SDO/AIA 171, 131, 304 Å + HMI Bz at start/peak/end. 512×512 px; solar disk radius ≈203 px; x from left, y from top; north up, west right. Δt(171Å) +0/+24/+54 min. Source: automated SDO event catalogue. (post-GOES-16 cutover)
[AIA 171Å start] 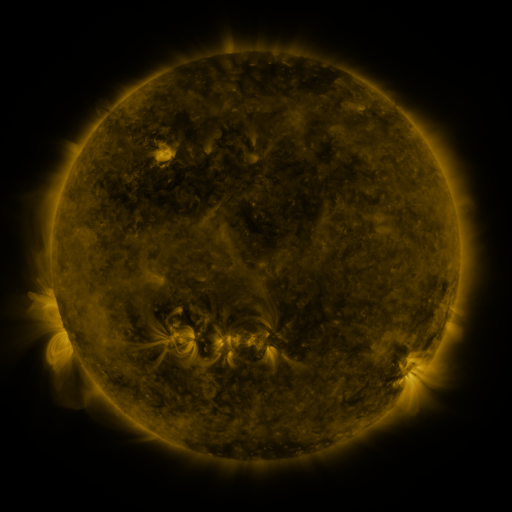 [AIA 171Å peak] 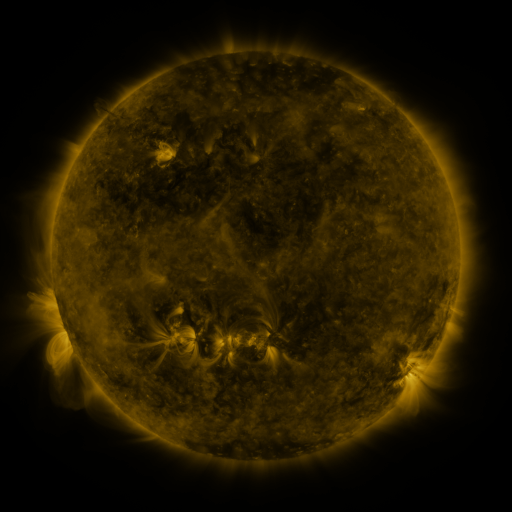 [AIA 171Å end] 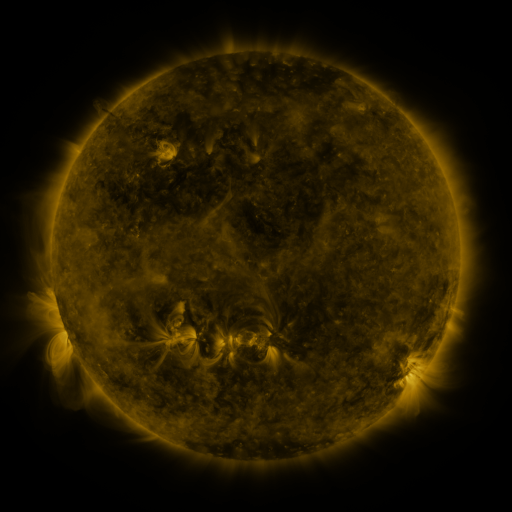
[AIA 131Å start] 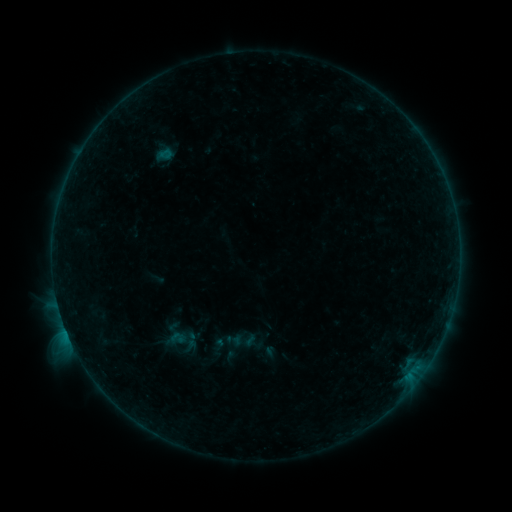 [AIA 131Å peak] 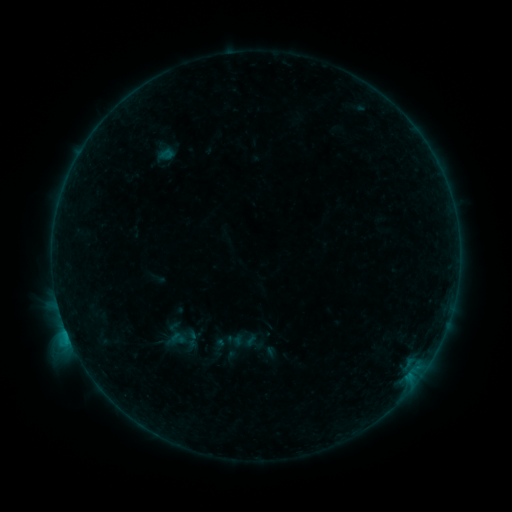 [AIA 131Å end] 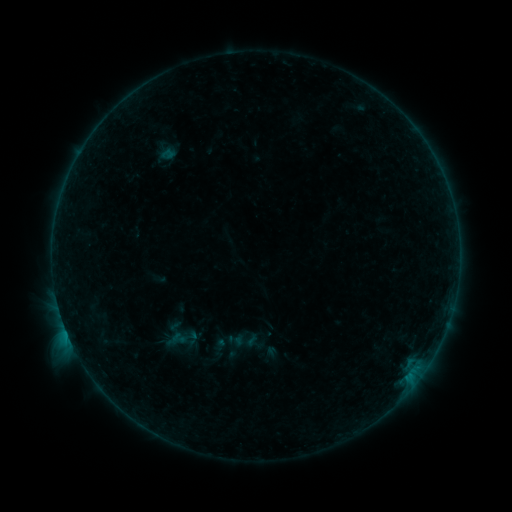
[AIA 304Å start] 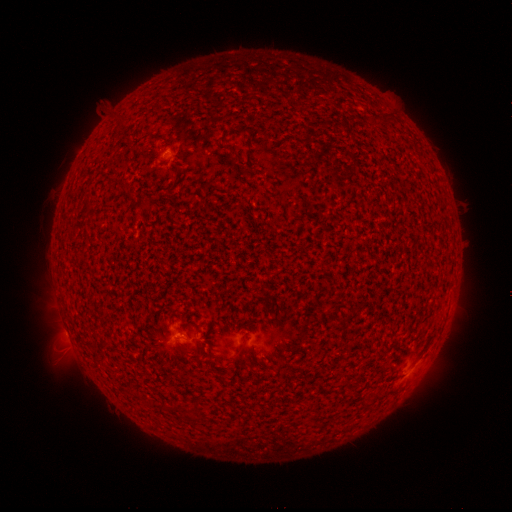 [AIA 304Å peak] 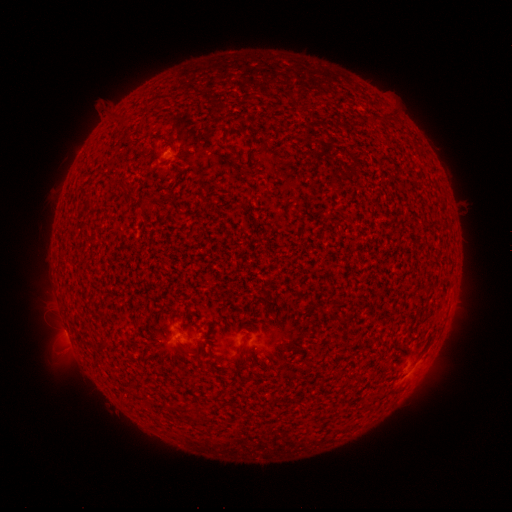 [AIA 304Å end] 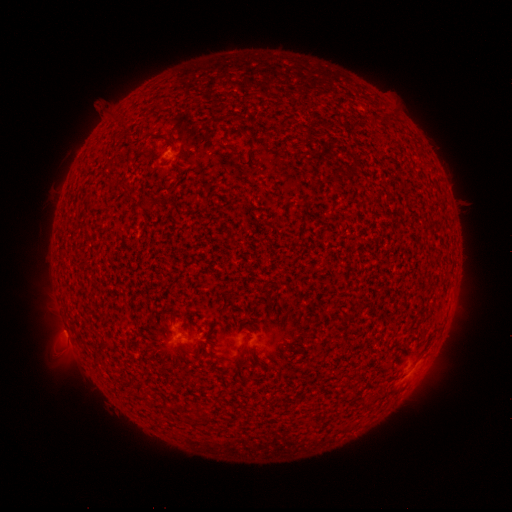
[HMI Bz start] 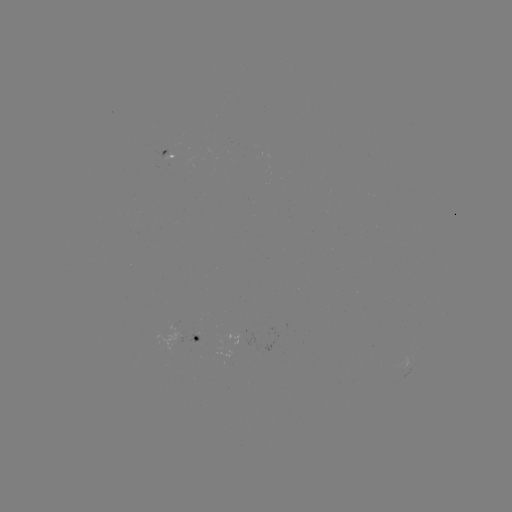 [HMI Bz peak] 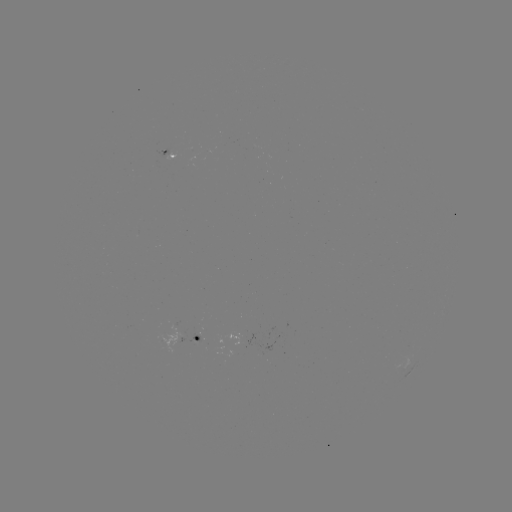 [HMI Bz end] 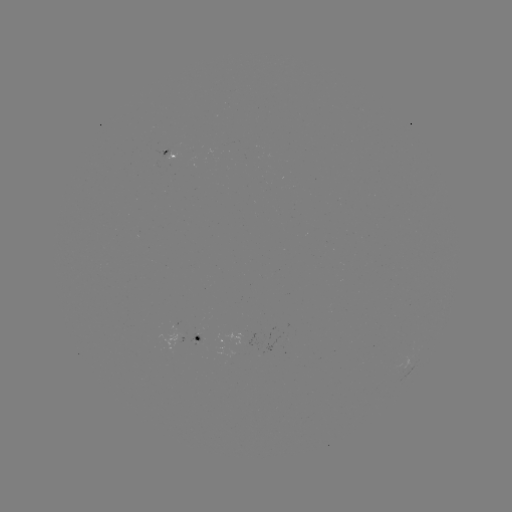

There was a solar flare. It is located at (70, 338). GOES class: B6.4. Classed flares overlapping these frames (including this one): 1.